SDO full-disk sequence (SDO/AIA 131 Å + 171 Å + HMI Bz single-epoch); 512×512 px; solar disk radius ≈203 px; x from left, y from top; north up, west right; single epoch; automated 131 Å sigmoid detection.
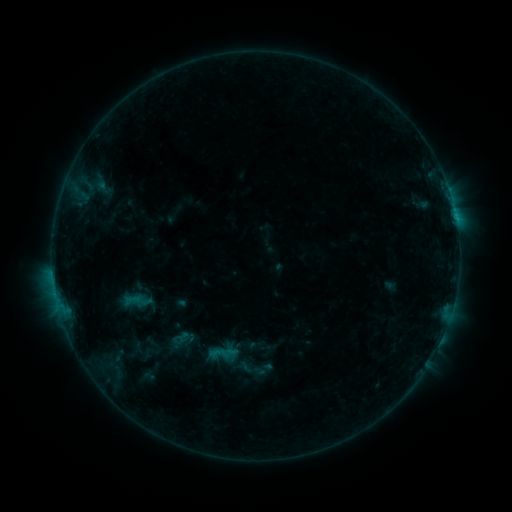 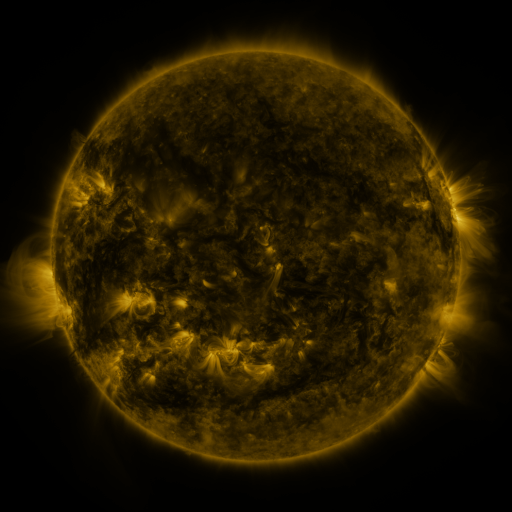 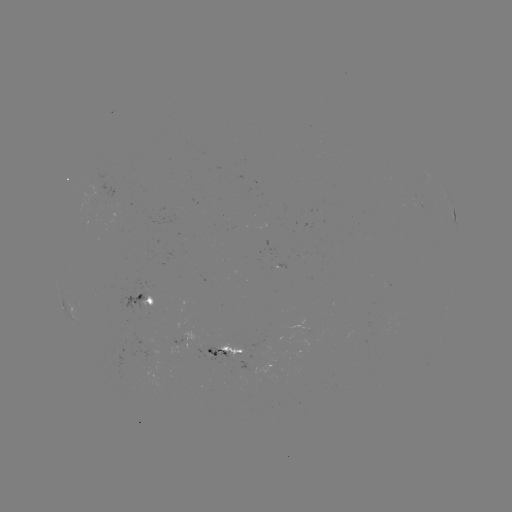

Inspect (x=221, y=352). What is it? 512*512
sigmoid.